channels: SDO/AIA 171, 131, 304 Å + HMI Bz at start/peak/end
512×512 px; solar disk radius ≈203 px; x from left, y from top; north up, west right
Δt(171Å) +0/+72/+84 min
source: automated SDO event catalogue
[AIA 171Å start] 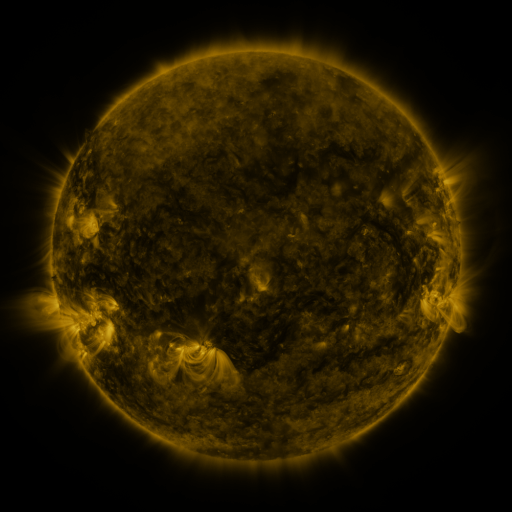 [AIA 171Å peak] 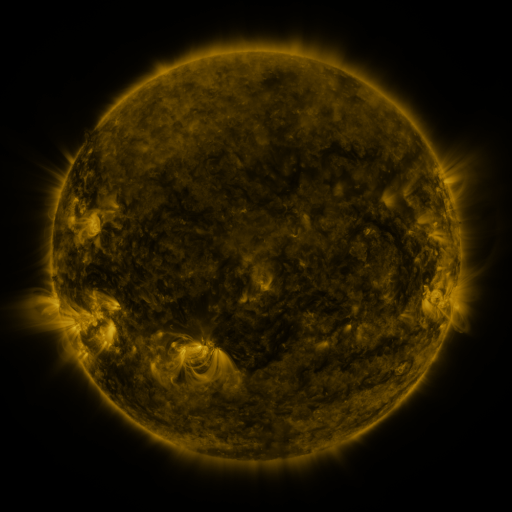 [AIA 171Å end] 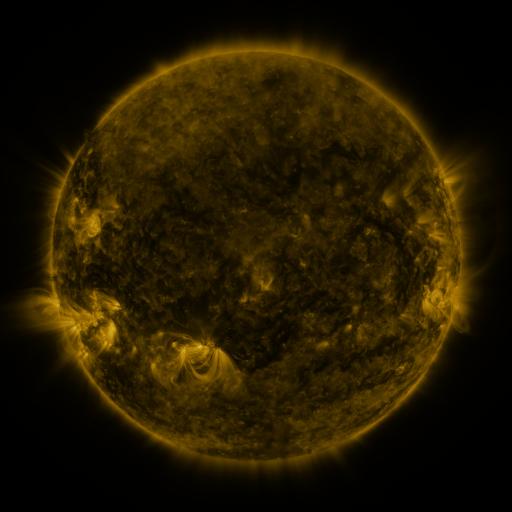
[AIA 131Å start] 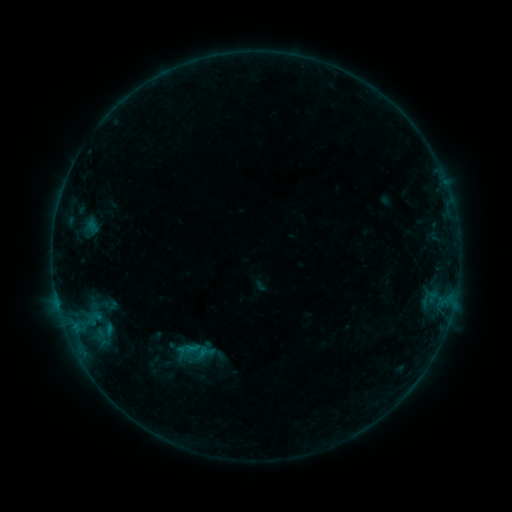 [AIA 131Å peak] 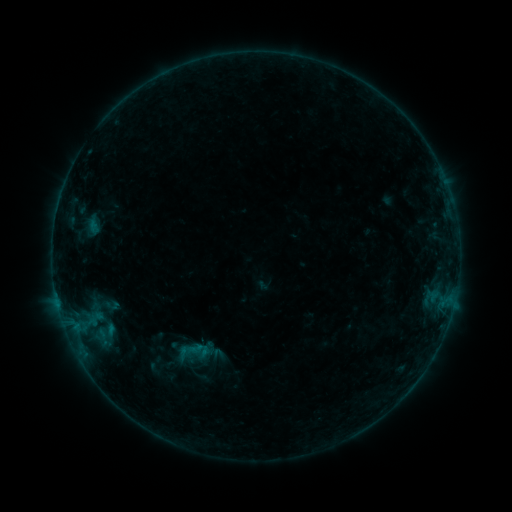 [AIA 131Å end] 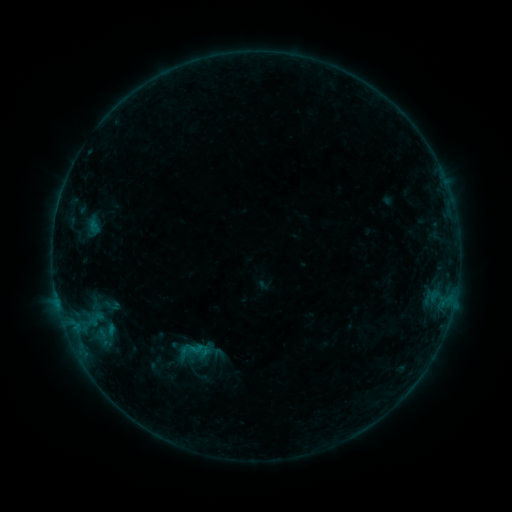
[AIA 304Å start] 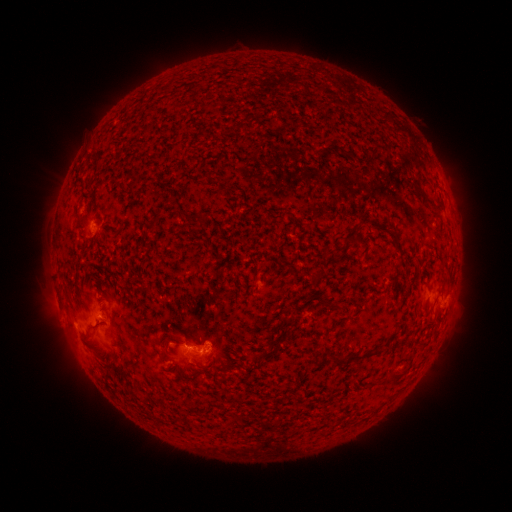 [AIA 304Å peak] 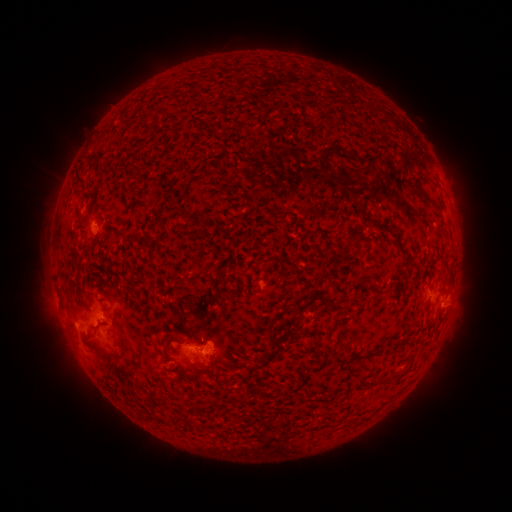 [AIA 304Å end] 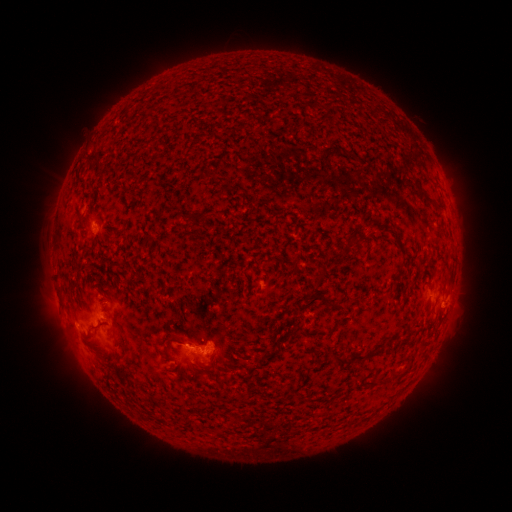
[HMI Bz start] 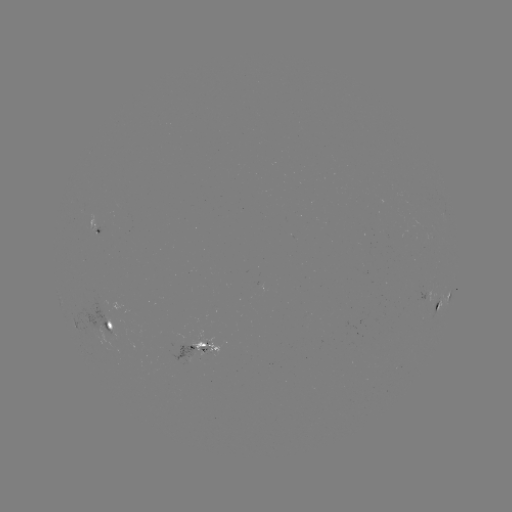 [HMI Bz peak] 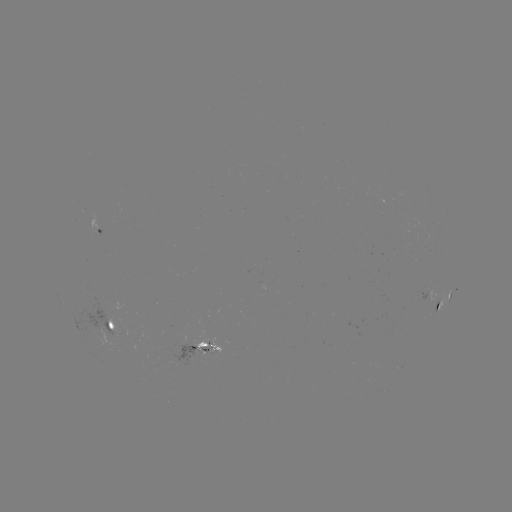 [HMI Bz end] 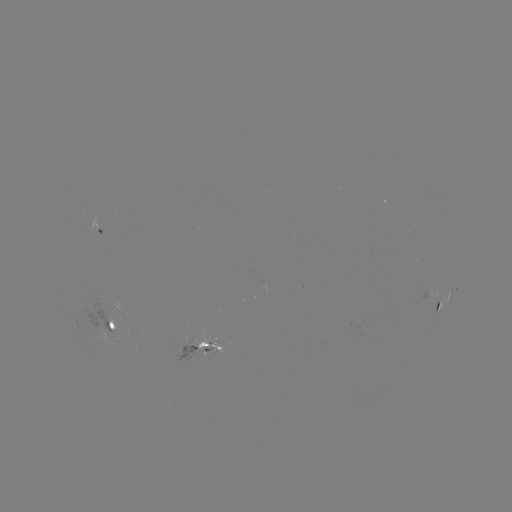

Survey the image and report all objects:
emerging-flux region: (190, 355)
